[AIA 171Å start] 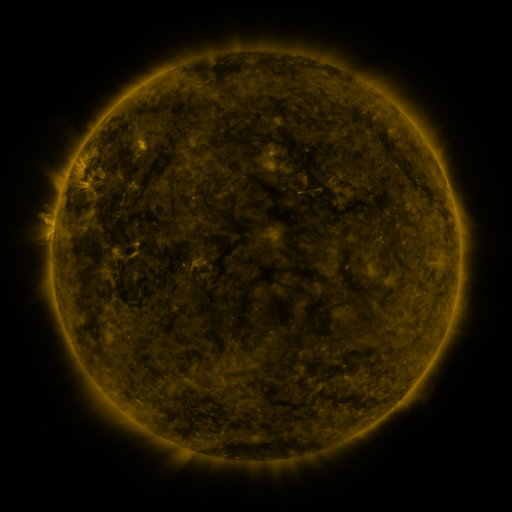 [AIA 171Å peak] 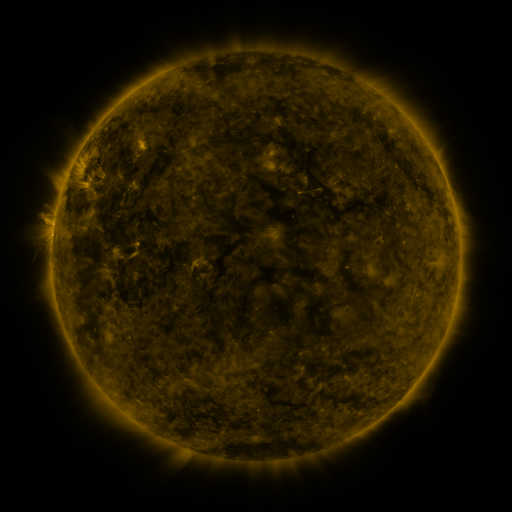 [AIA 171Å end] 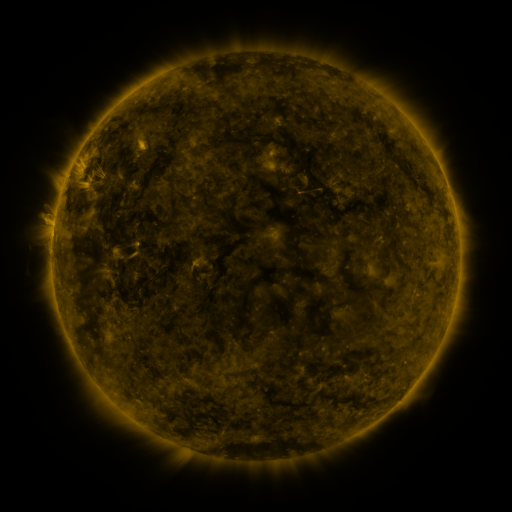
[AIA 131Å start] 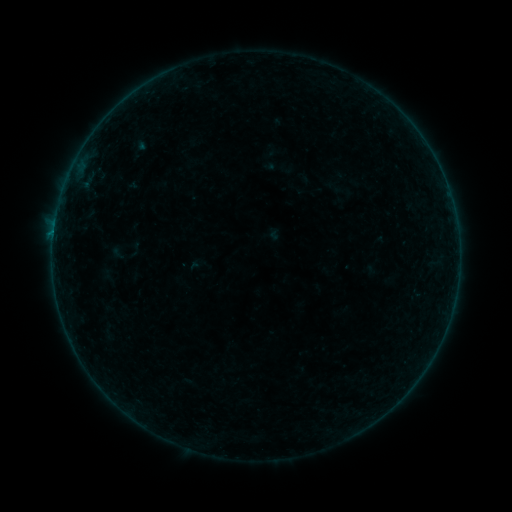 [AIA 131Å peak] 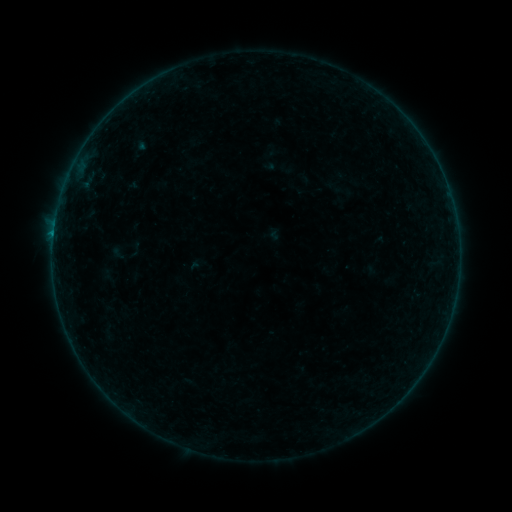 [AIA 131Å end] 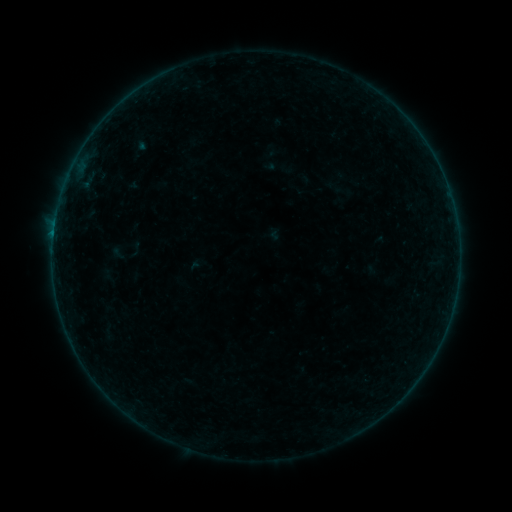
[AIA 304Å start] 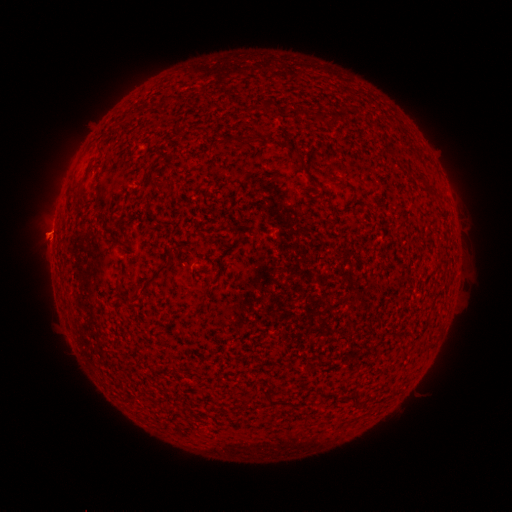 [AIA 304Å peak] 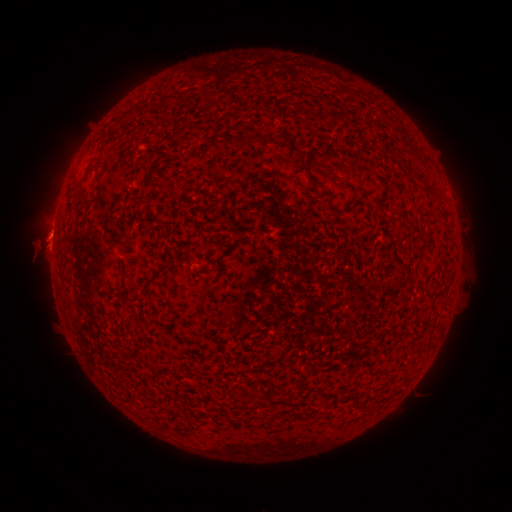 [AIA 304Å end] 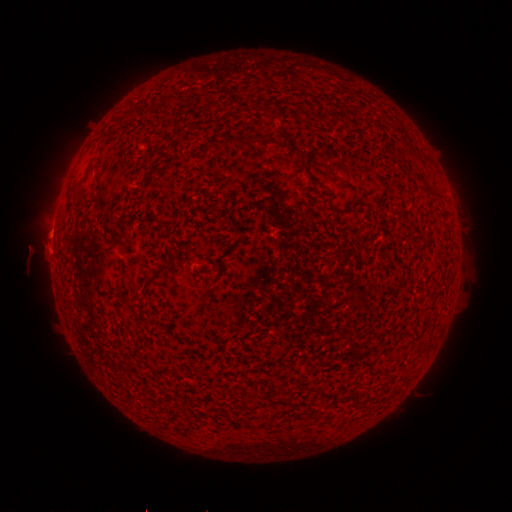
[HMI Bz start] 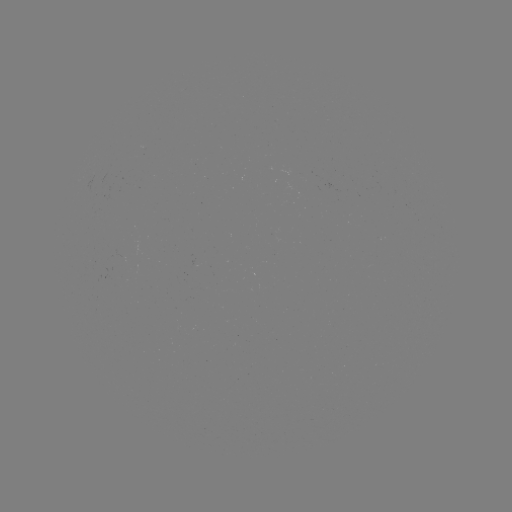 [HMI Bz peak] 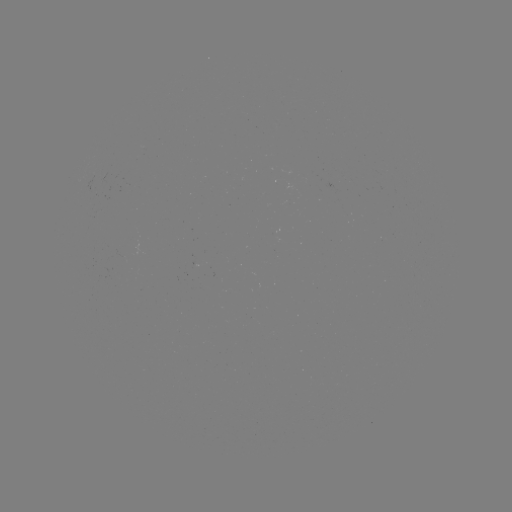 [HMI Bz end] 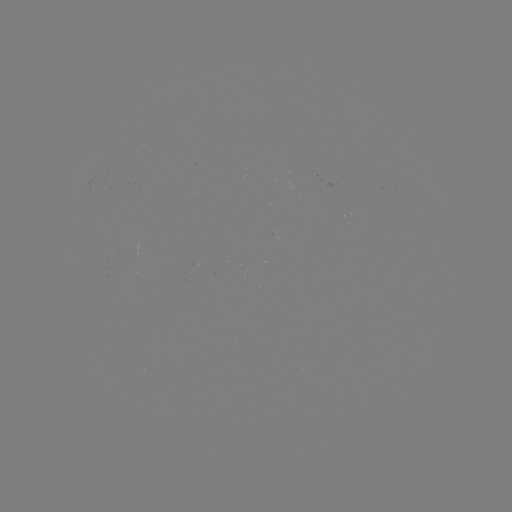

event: flare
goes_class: B1.5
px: (54, 234)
